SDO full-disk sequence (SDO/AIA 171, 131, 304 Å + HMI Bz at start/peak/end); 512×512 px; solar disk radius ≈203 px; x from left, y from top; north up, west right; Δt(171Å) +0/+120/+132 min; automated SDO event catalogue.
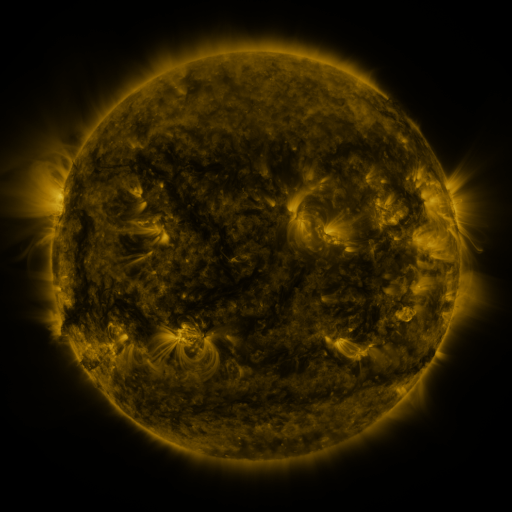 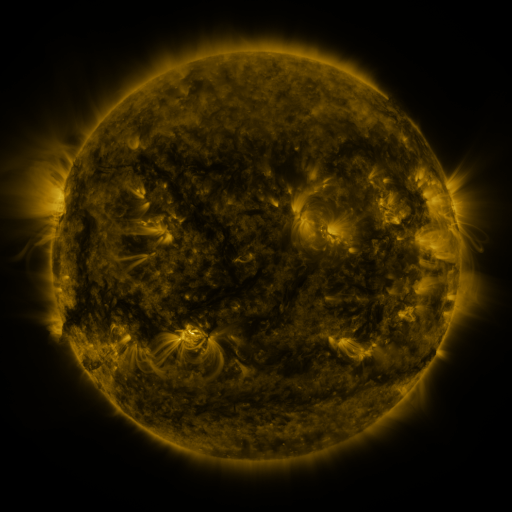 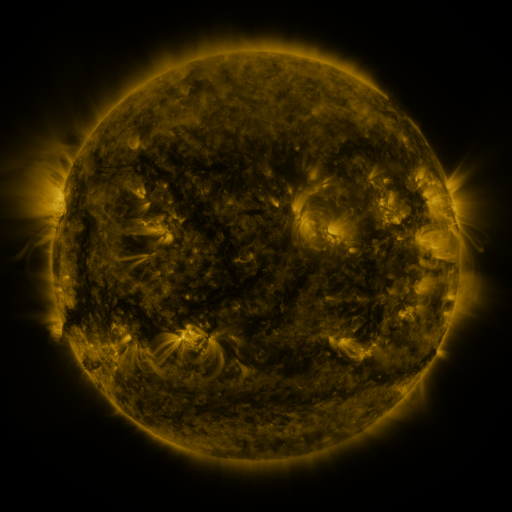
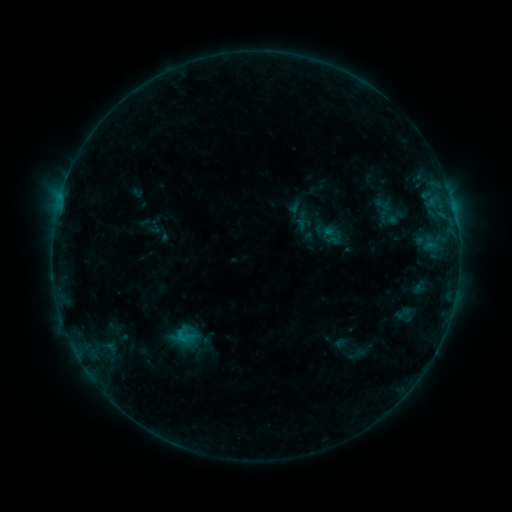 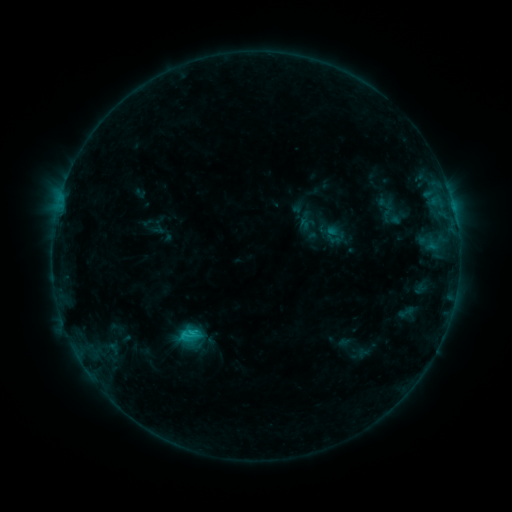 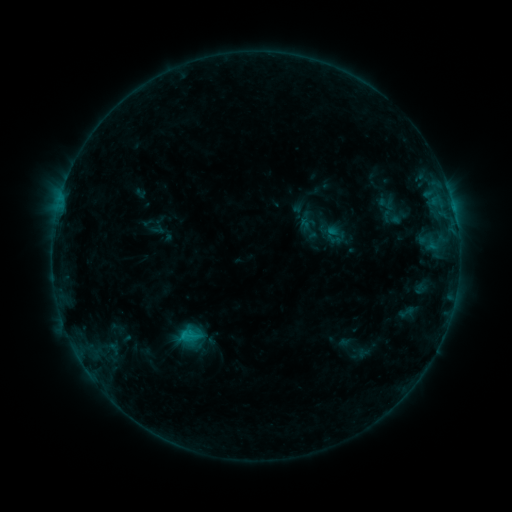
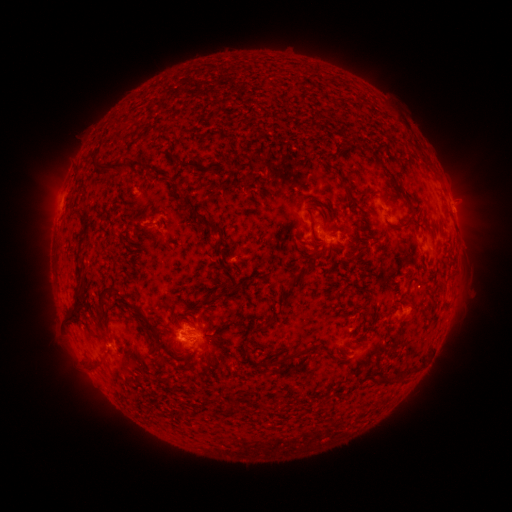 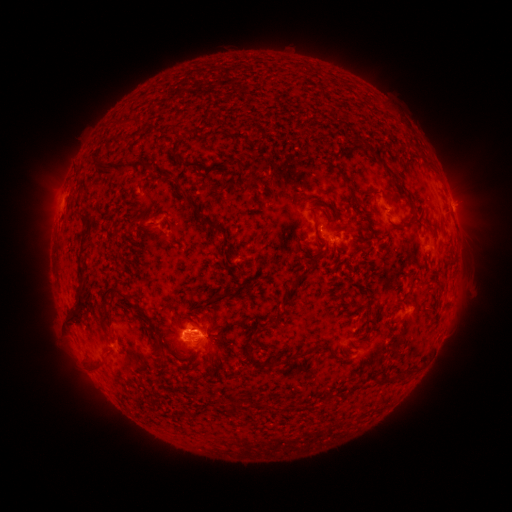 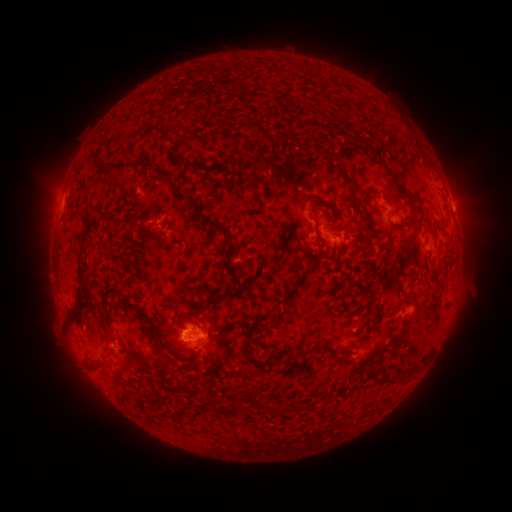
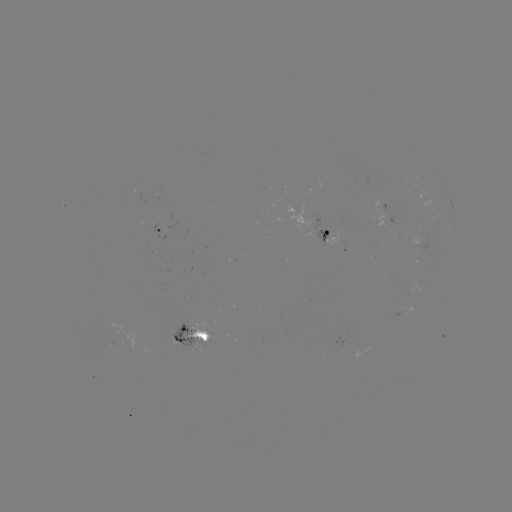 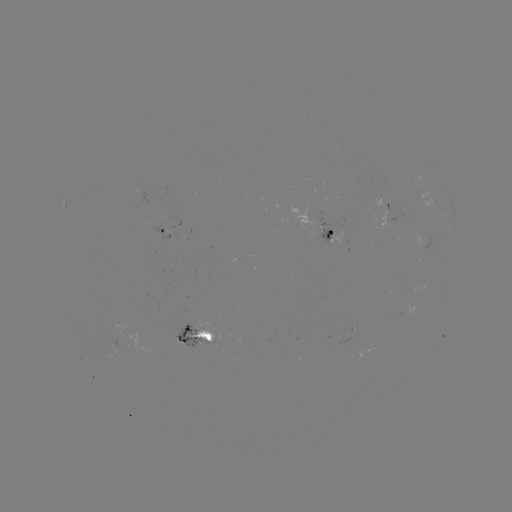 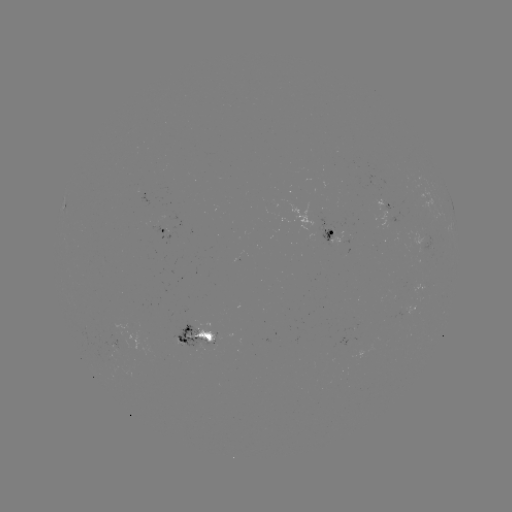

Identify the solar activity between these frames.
emerging-flux region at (191, 341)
